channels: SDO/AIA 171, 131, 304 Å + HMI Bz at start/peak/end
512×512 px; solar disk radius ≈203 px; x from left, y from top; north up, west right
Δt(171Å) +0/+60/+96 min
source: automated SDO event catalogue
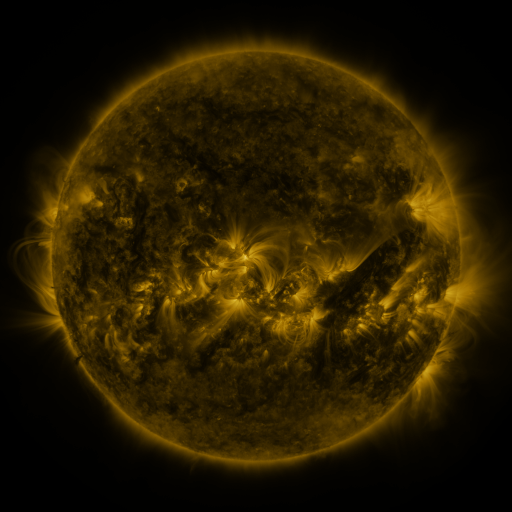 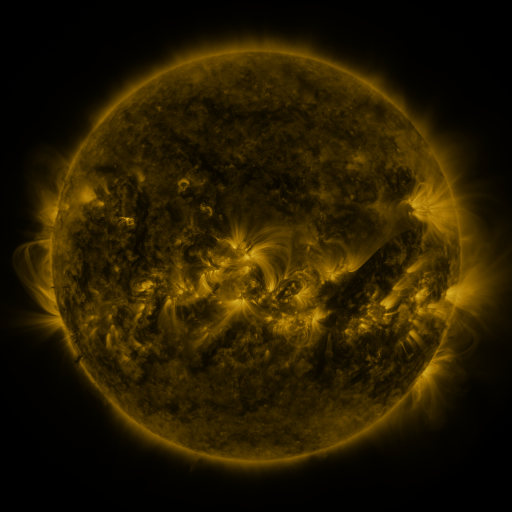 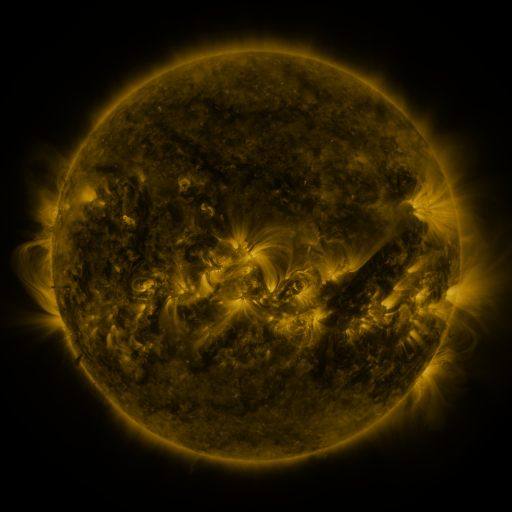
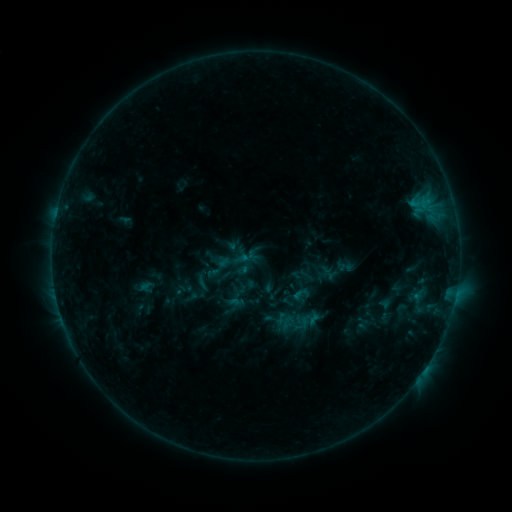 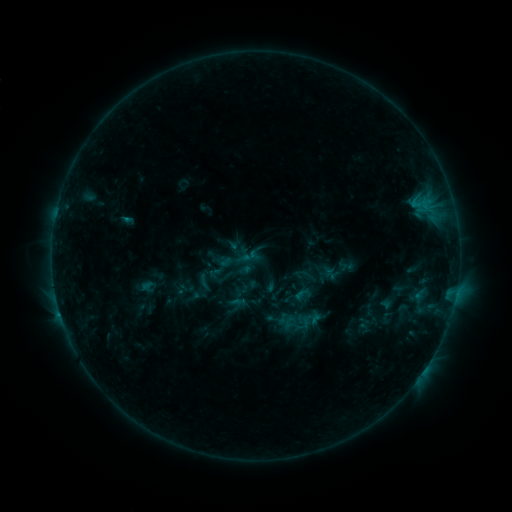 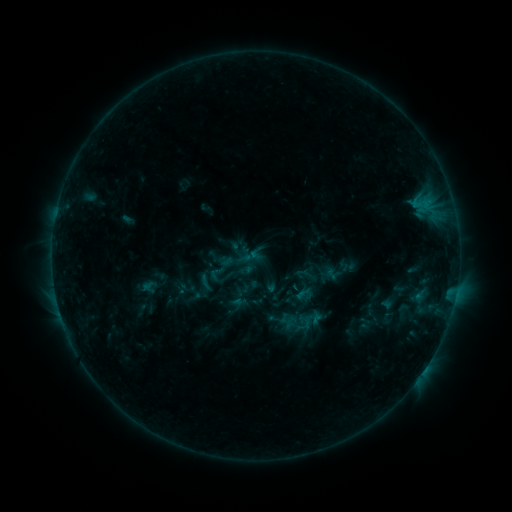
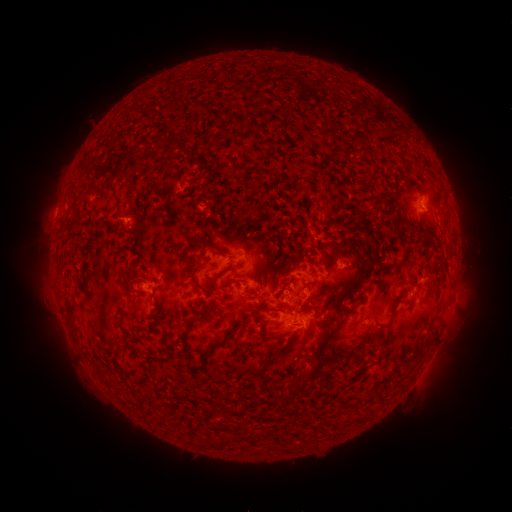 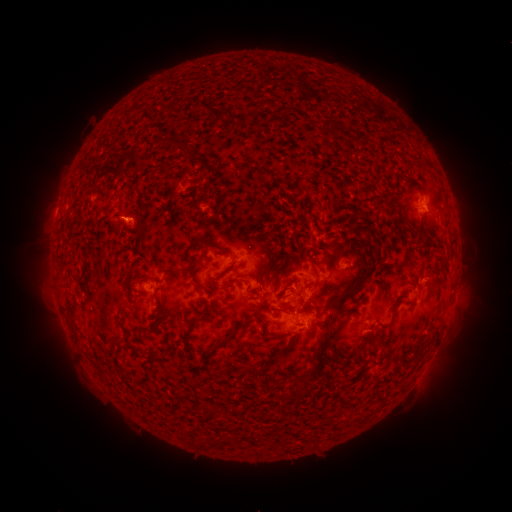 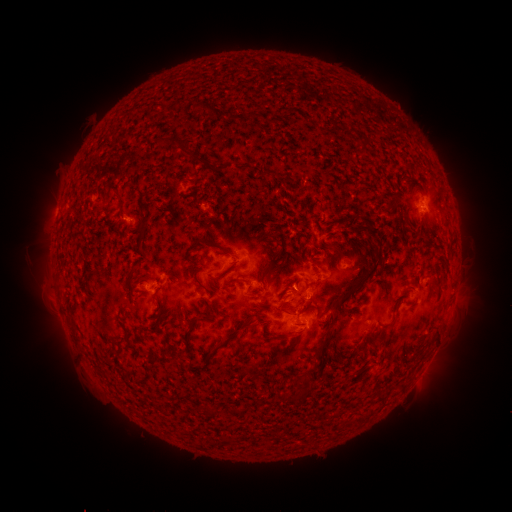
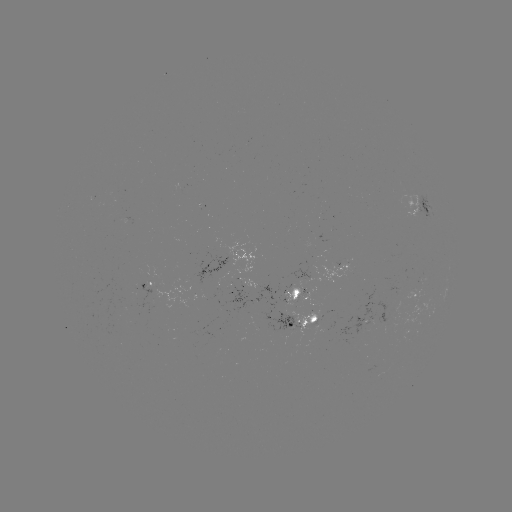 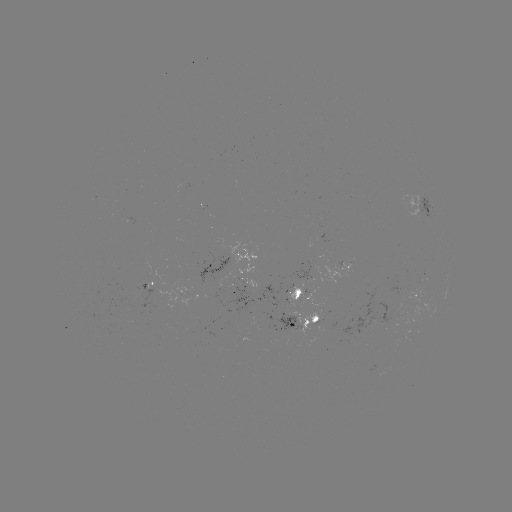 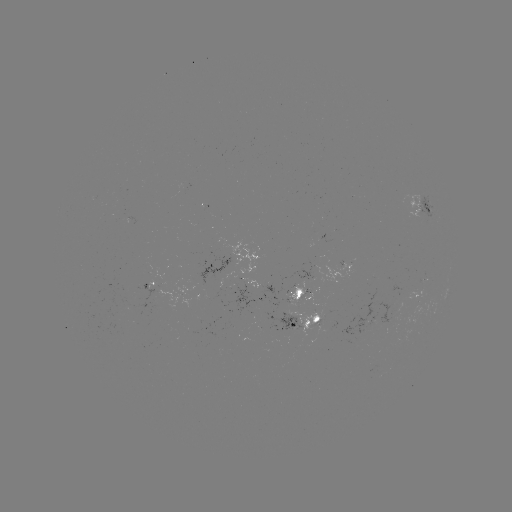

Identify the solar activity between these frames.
emerging-flux region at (257, 286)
